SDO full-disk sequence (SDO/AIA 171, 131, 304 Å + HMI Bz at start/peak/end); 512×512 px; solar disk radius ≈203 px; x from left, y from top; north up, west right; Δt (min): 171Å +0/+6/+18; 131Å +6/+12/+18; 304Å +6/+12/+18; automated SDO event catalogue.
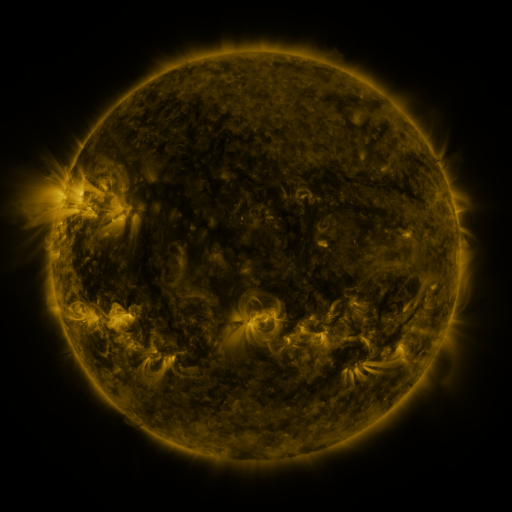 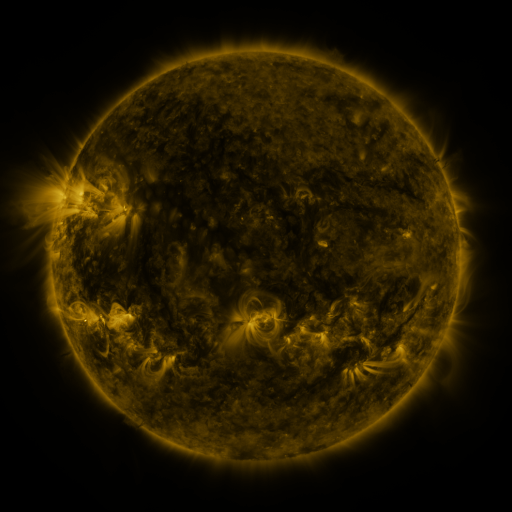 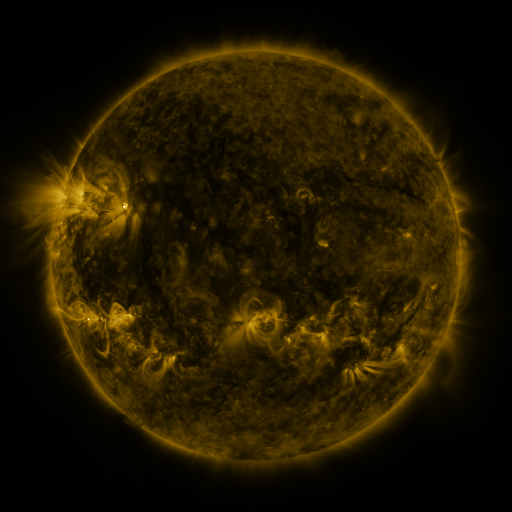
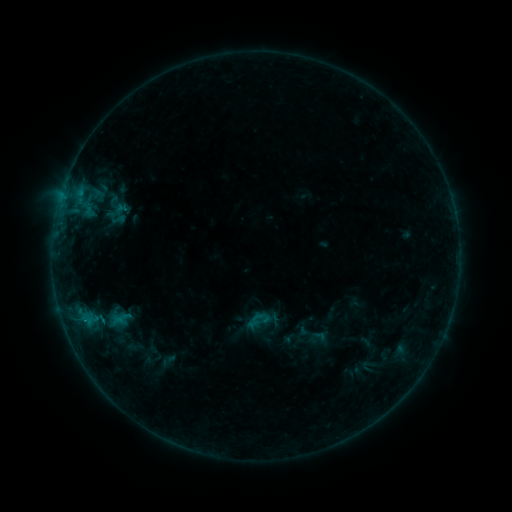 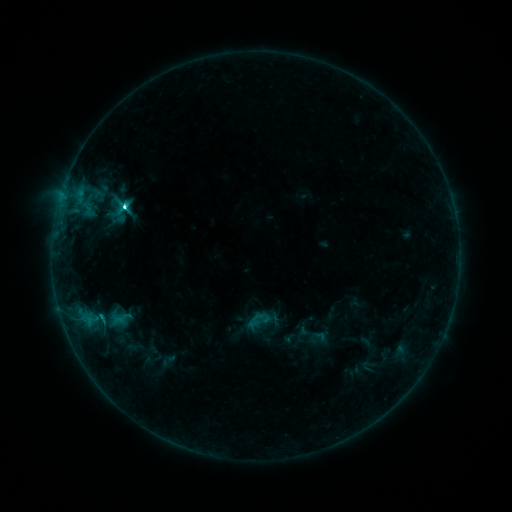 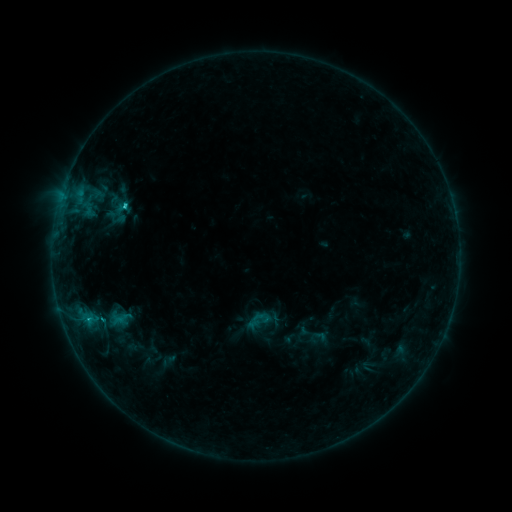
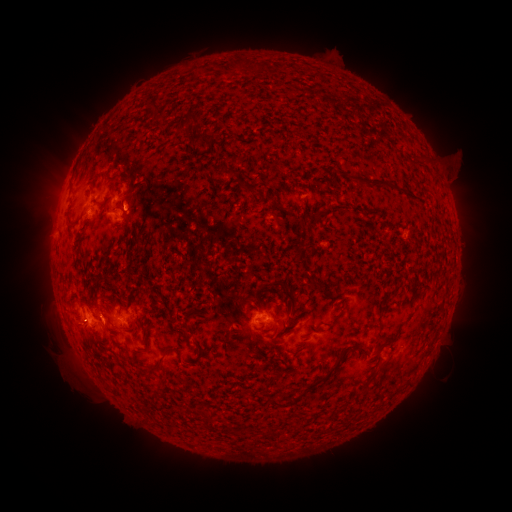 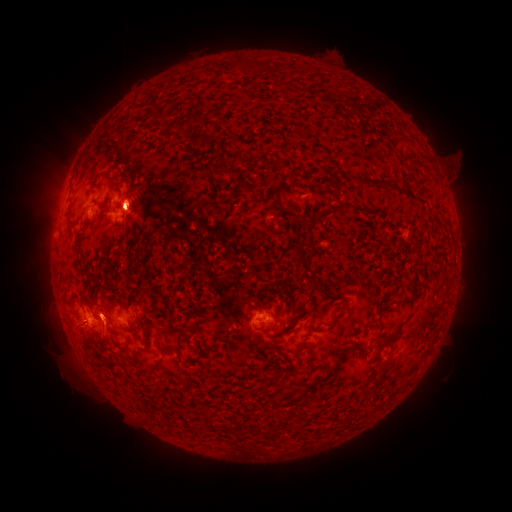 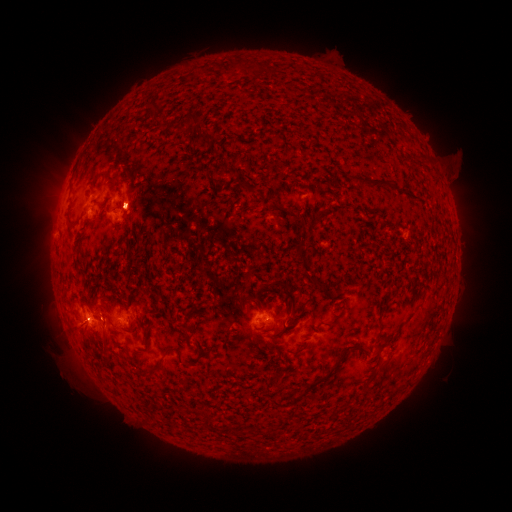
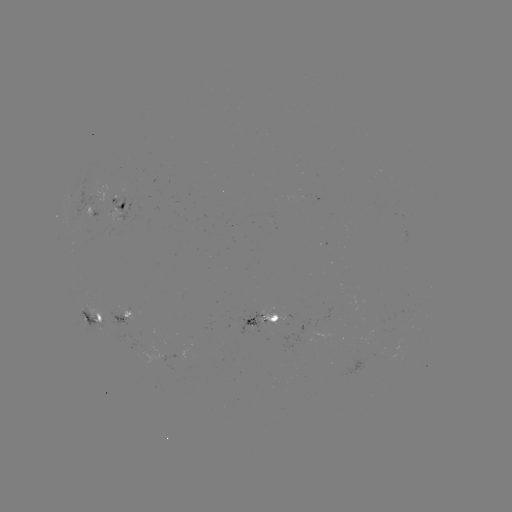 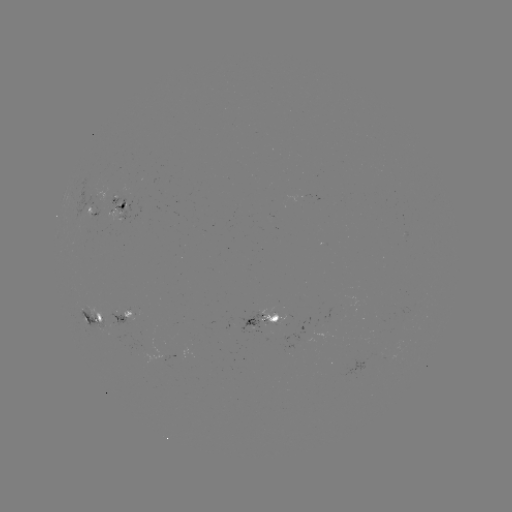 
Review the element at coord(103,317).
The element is C6.7 flare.